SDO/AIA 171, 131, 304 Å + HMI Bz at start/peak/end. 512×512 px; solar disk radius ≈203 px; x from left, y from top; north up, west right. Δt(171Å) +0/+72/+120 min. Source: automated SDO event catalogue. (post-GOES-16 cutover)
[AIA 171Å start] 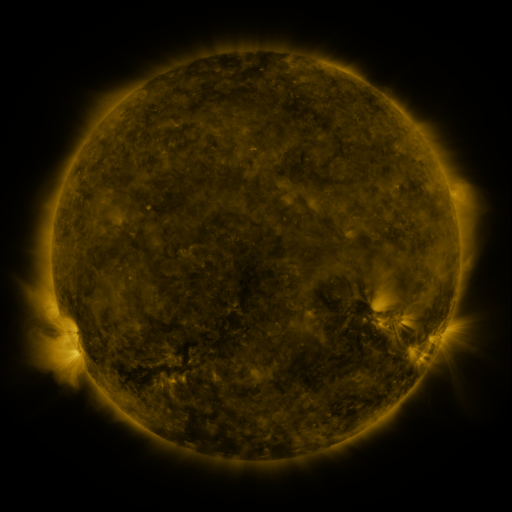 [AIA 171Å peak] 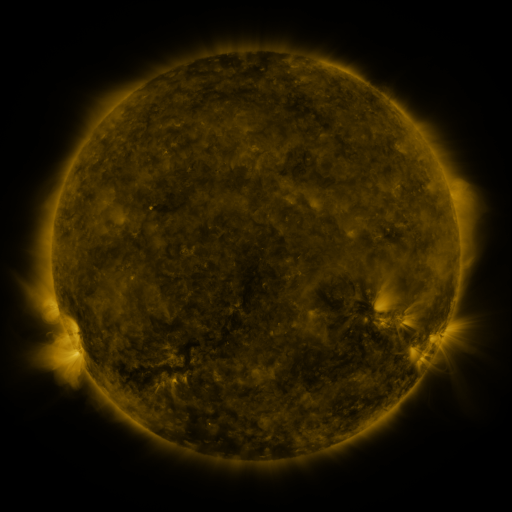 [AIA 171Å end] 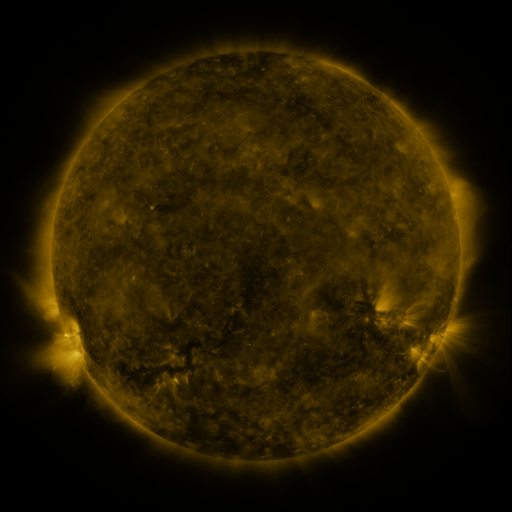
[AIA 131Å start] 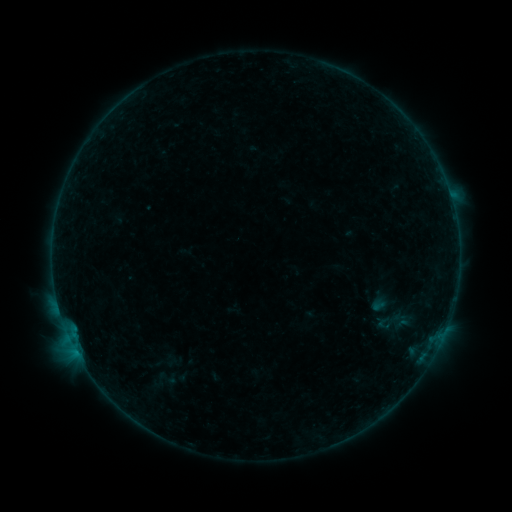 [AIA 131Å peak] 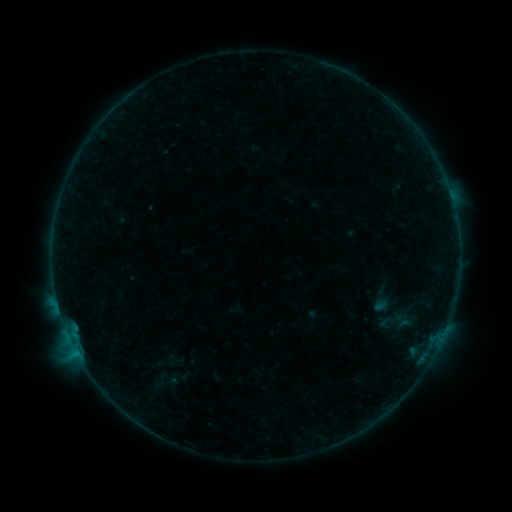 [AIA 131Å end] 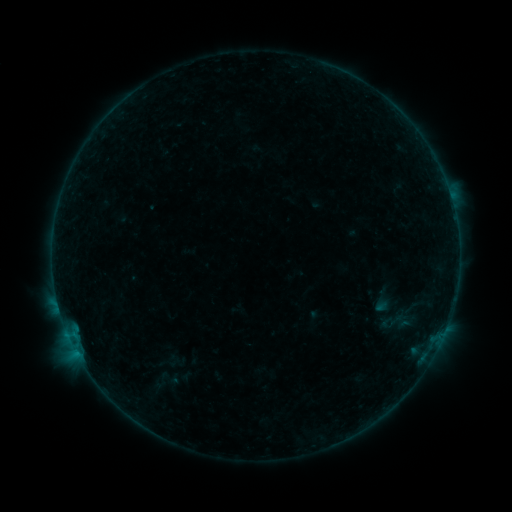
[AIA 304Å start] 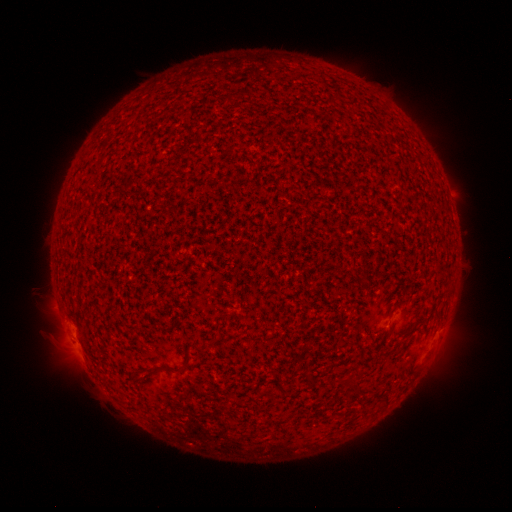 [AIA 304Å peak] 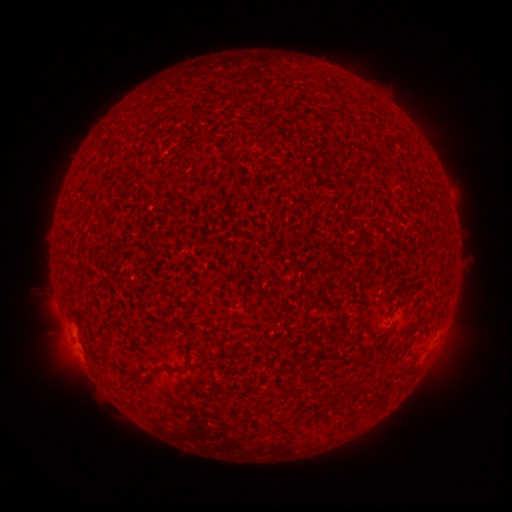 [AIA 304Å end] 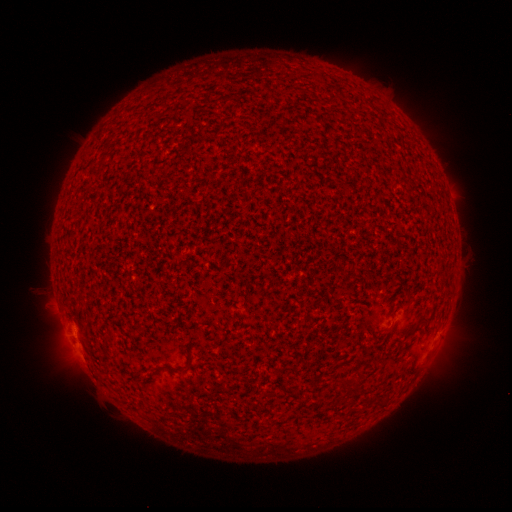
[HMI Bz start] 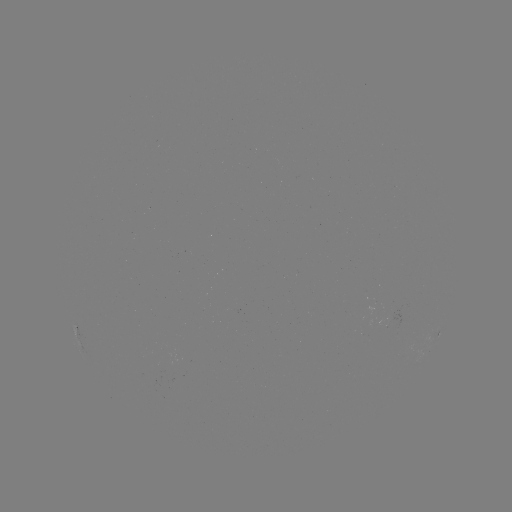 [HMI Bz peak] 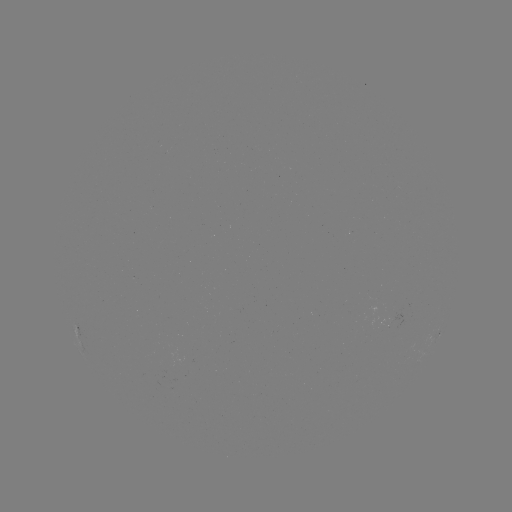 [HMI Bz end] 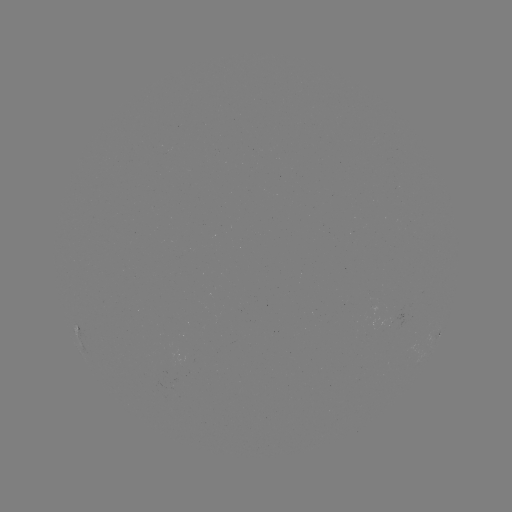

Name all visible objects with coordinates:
B1.9 flare: (66, 328)
